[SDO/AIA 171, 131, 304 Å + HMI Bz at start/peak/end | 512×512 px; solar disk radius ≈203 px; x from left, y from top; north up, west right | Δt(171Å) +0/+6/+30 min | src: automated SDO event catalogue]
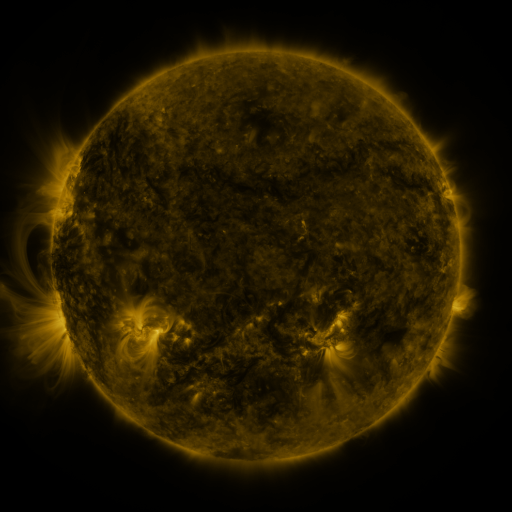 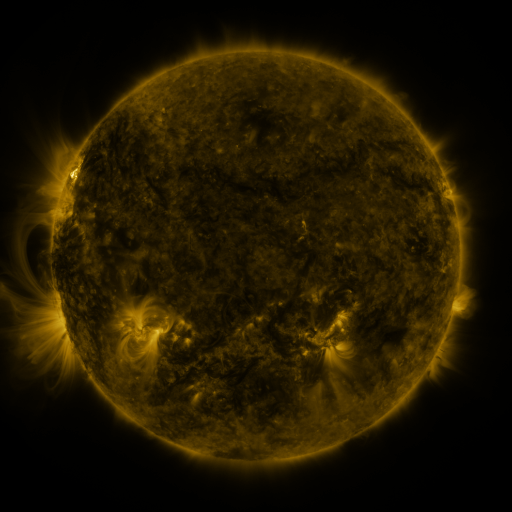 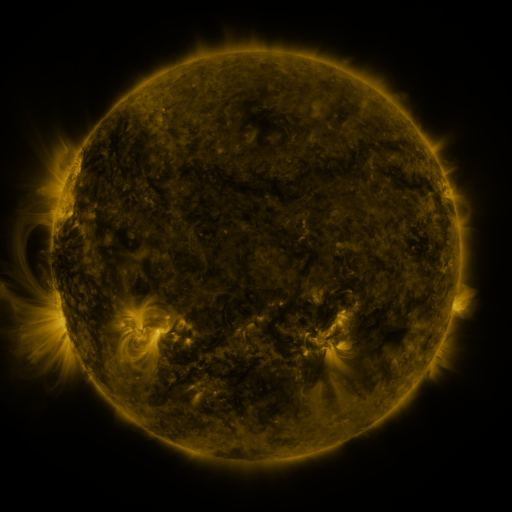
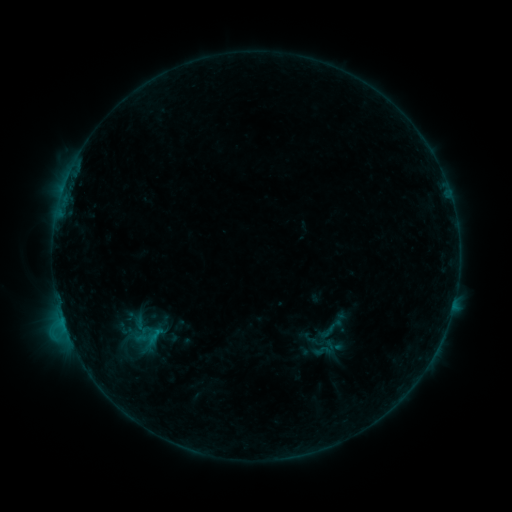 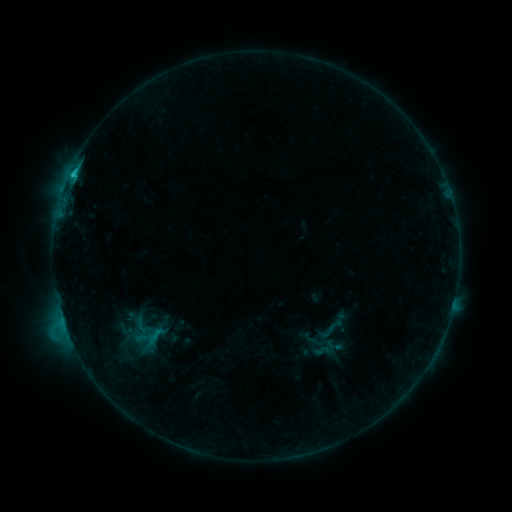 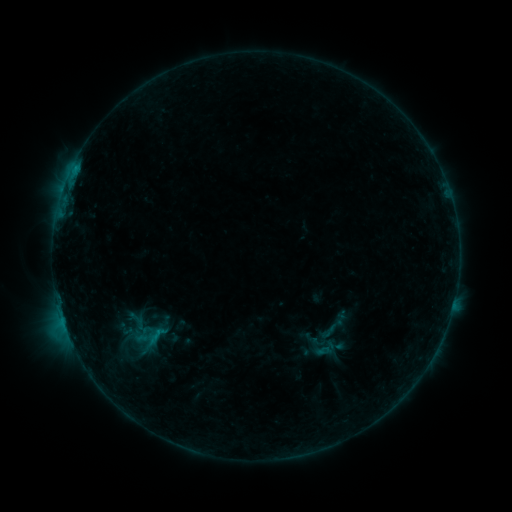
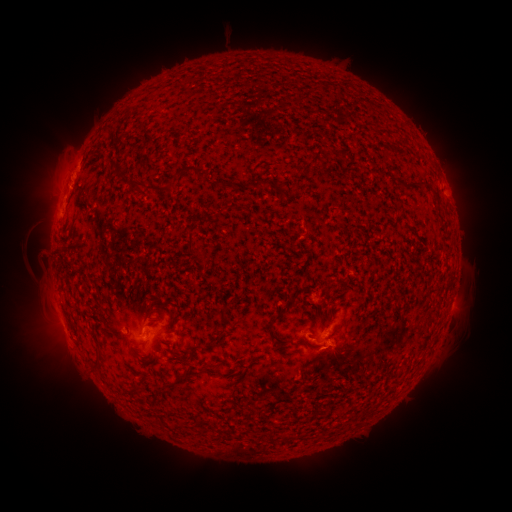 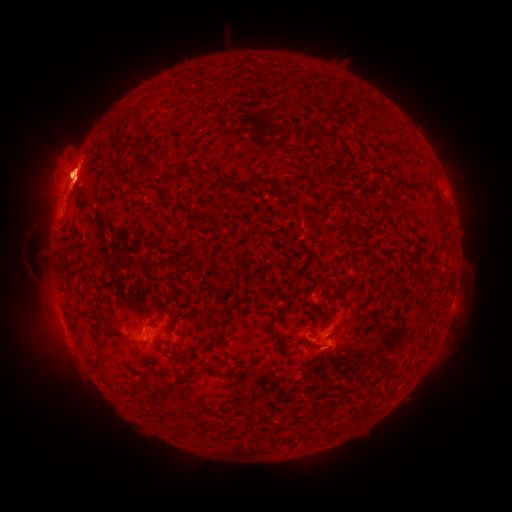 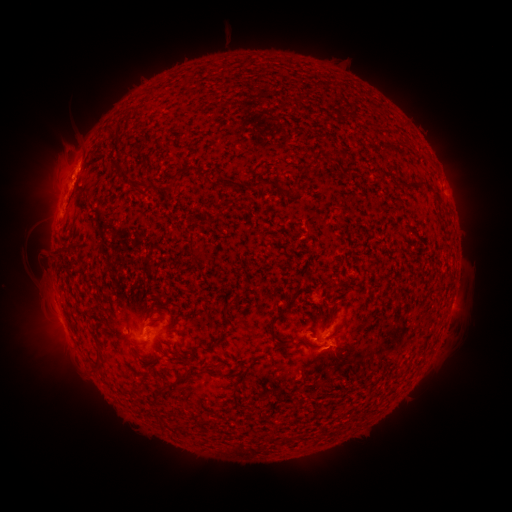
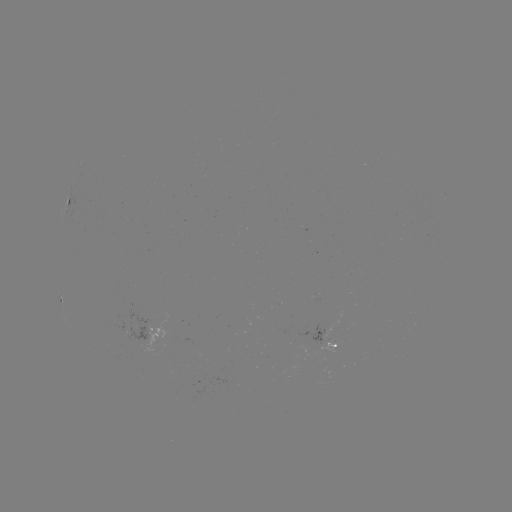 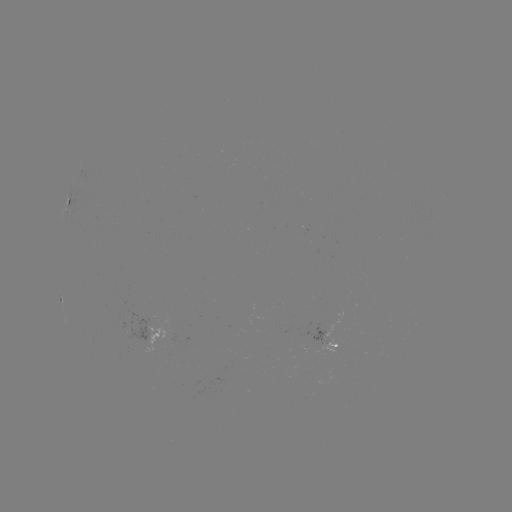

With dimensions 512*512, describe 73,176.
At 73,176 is C2.0 flare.